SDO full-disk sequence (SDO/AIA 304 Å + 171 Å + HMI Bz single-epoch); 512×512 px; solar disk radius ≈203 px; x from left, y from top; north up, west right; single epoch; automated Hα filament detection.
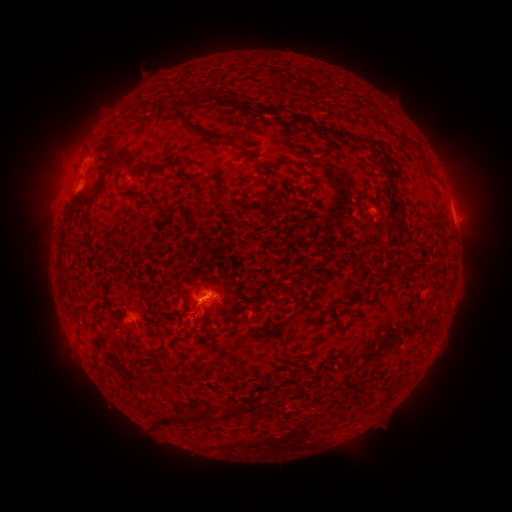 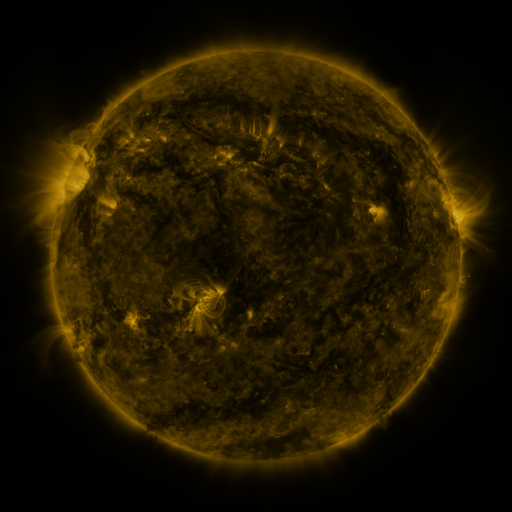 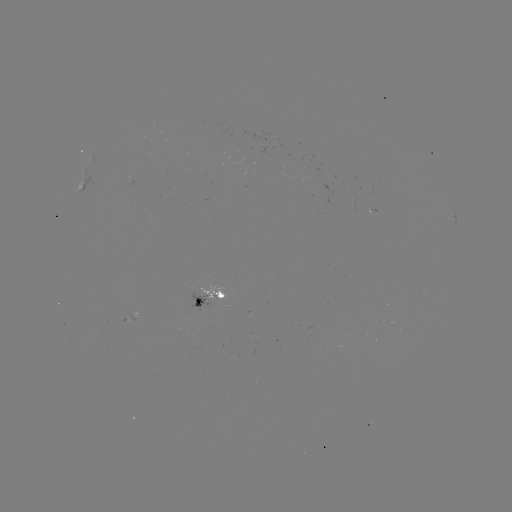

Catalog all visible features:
filament: (184, 89, 224, 105)
filament: (240, 99, 251, 107)
filament: (170, 106, 230, 147)
filament: (288, 111, 367, 150)
filament: (263, 112, 274, 119)
filament: (99, 137, 110, 147)
filament: (370, 140, 381, 147)
filament: (233, 144, 243, 151)
filament: (413, 144, 423, 153)
filament: (101, 150, 119, 170)
filament: (129, 162, 145, 175)
filament: (300, 166, 315, 185)
filament: (384, 169, 395, 184)
filament: (252, 176, 272, 198)
filament: (297, 202, 309, 208)
filament: (201, 240, 211, 253)
filament: (154, 318, 161, 332)
filament: (309, 342, 318, 351)
filament: (91, 355, 98, 367)
filament: (232, 402, 250, 413)
filament: (185, 407, 219, 423)
filament: (154, 413, 182, 425)
